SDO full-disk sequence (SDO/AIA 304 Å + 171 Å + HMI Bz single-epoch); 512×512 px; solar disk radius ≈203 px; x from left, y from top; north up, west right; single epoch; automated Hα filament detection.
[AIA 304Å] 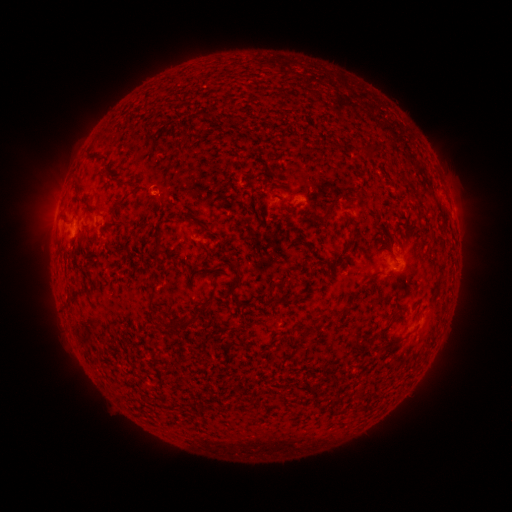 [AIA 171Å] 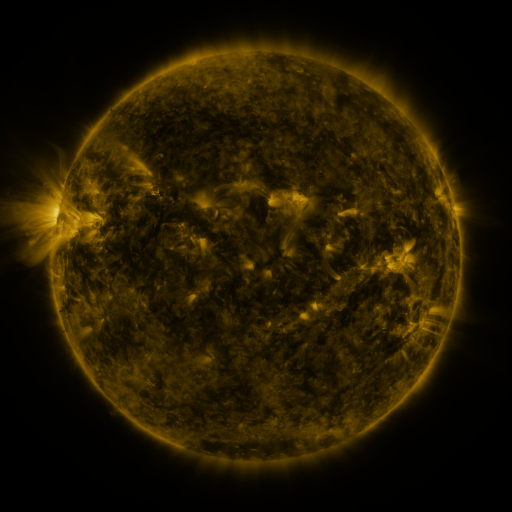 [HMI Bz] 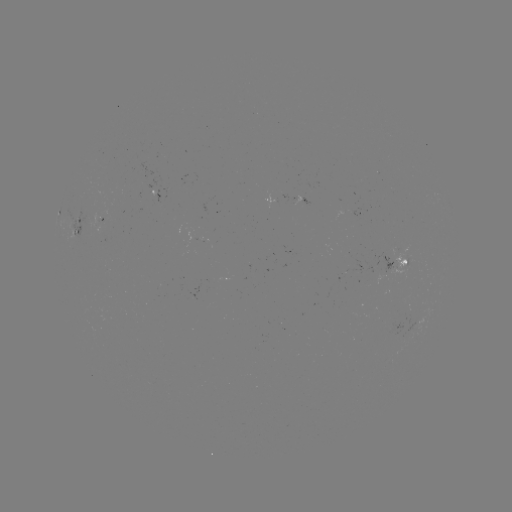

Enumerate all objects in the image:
filament: (373, 149)
filament: (129, 183)
filament: (327, 210)
filament: (157, 242)
filament: (236, 273)
filament: (209, 302)
filament: (182, 324)
filament: (387, 328)
